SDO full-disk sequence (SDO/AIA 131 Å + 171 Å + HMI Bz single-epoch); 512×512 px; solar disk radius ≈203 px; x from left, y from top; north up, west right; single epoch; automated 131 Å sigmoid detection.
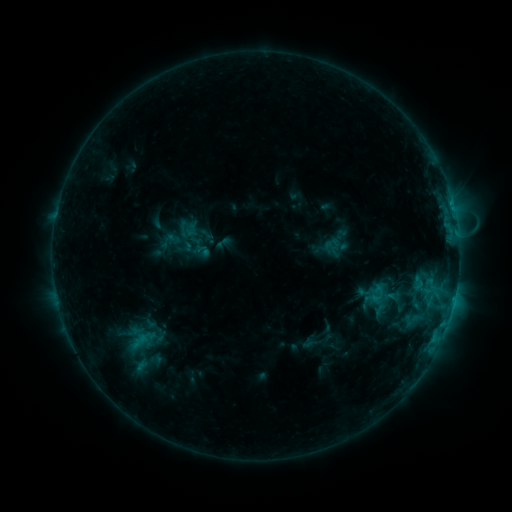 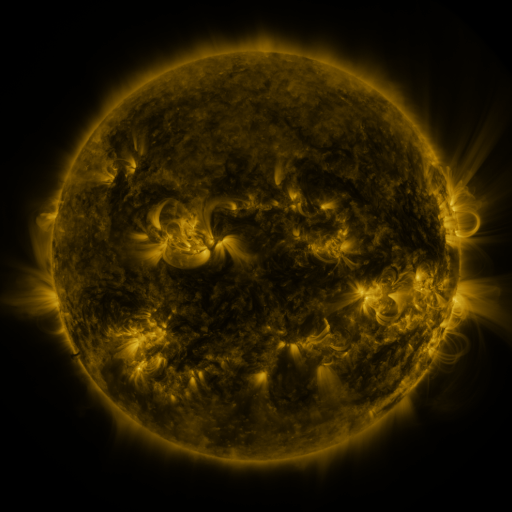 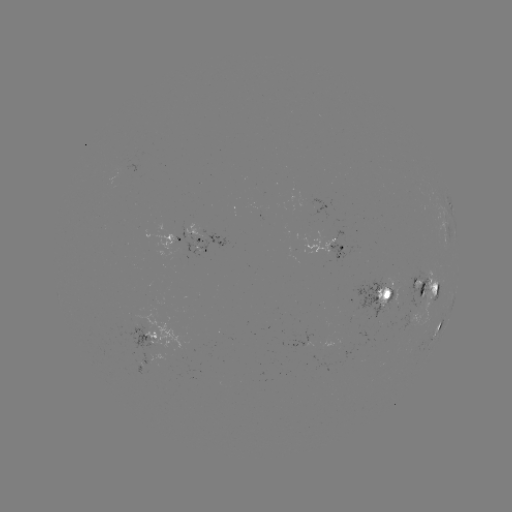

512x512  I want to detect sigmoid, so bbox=[389, 293, 409, 313].